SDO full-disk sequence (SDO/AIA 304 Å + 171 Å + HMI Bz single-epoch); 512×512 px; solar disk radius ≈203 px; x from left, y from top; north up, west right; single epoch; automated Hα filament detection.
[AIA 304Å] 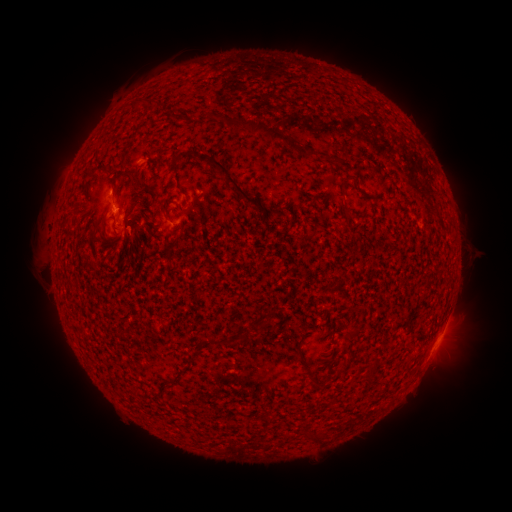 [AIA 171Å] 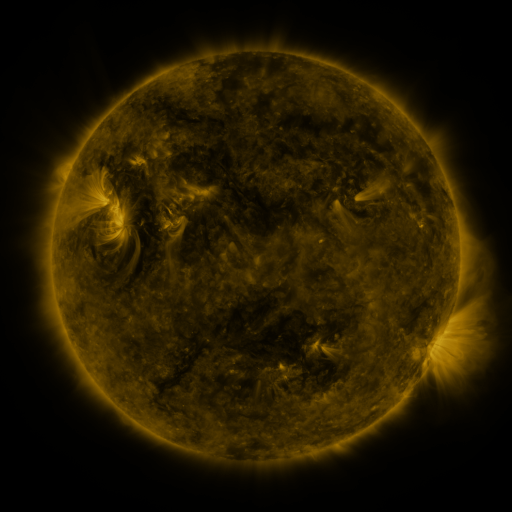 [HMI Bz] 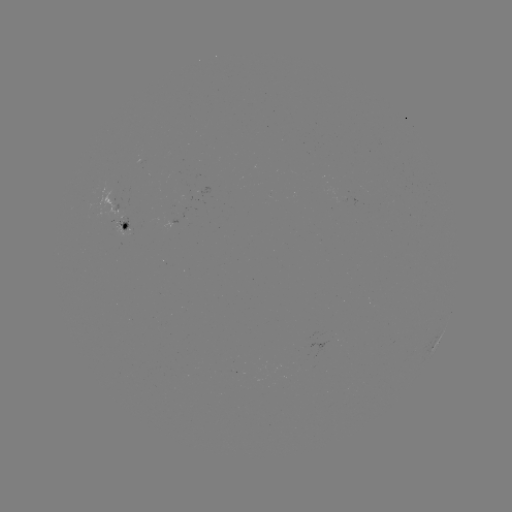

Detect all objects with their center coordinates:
filament: [134, 96, 157, 107]
filament: [212, 113, 230, 126]
filament: [238, 116, 300, 153]
filament: [306, 150, 318, 160]
filament: [196, 151, 265, 213]
filament: [323, 156, 345, 166]
filament: [91, 162, 106, 173]
filament: [127, 170, 150, 191]
filament: [118, 205, 127, 214]
filament: [160, 205, 171, 219]
filament: [293, 351, 303, 368]
filament: [304, 368, 319, 391]
filament: [361, 370, 373, 382]
